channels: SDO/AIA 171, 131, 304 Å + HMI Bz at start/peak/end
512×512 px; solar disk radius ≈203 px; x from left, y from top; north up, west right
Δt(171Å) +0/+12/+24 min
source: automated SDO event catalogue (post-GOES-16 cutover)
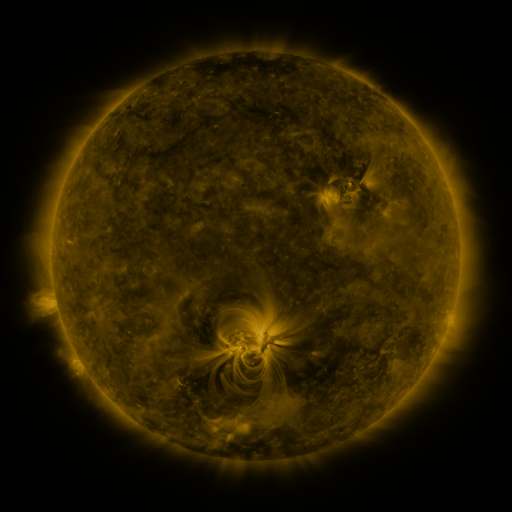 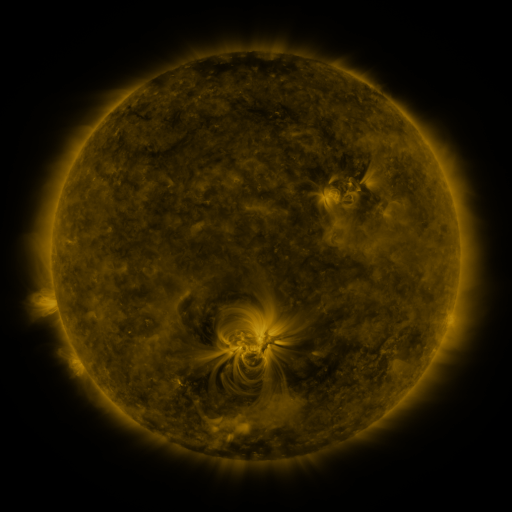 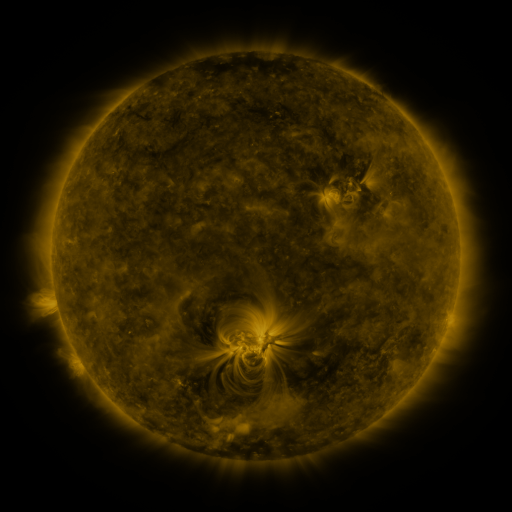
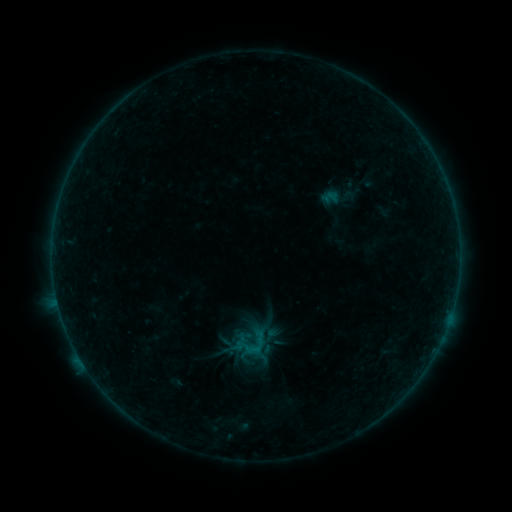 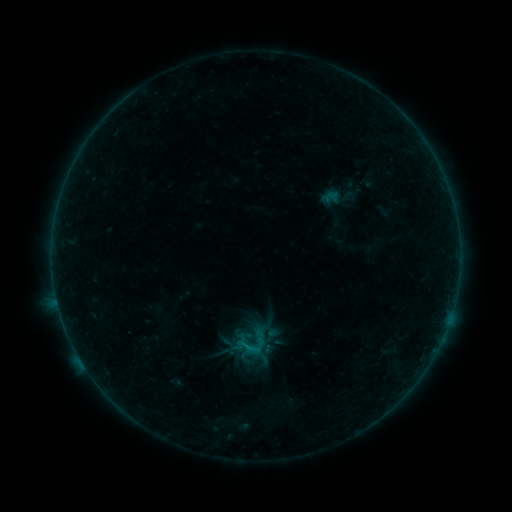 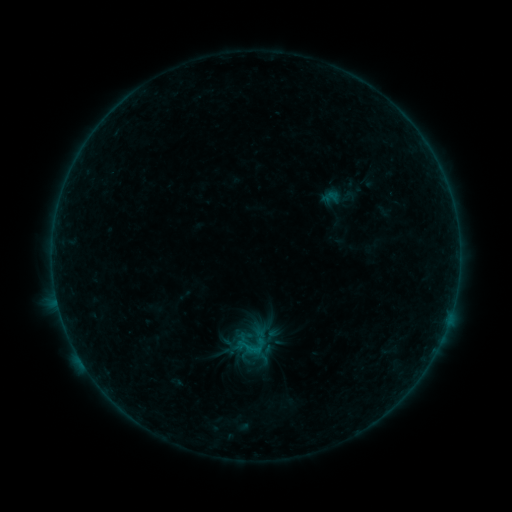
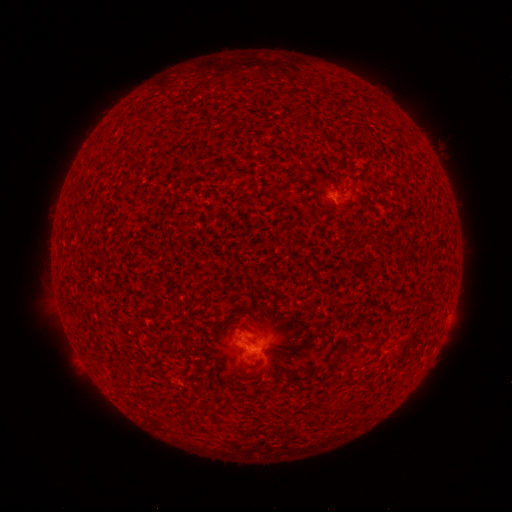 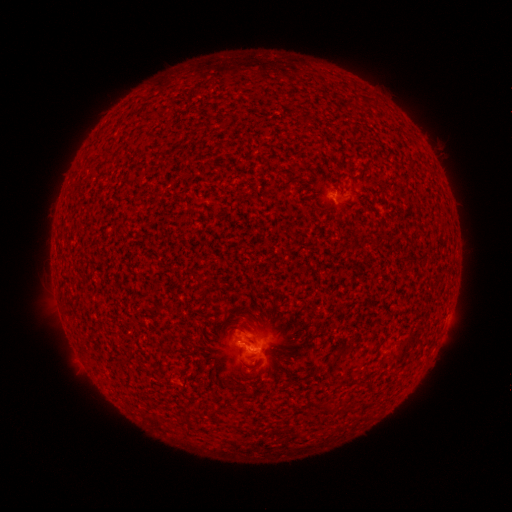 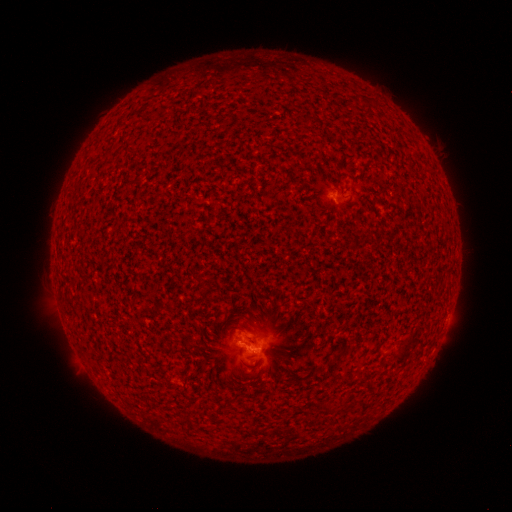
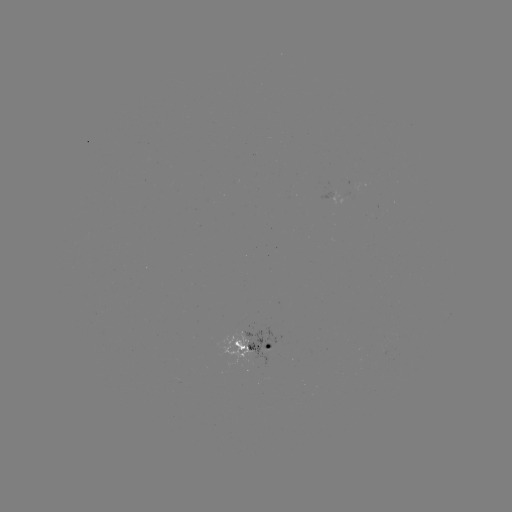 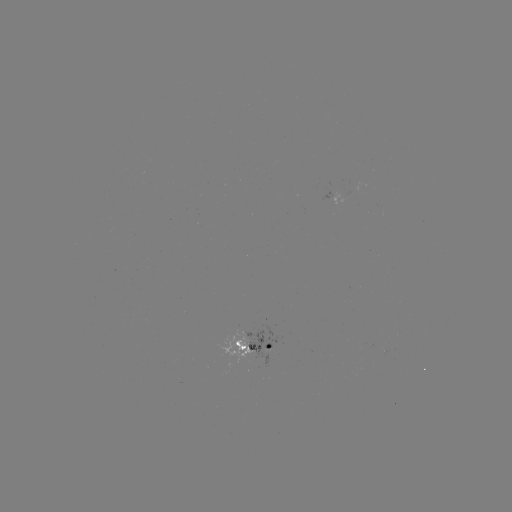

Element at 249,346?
B3.0 flare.